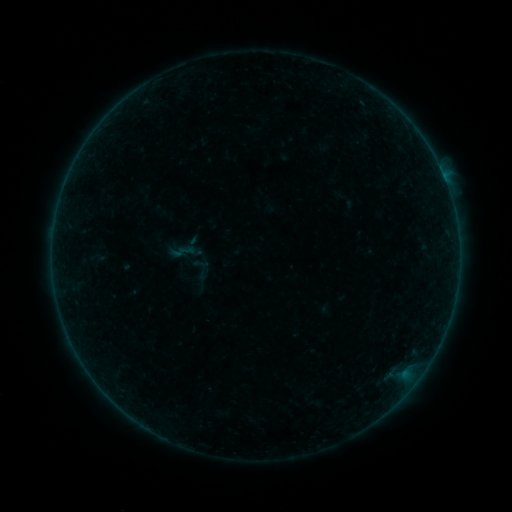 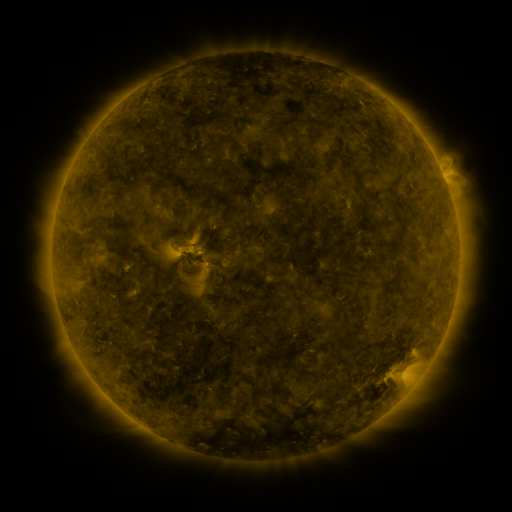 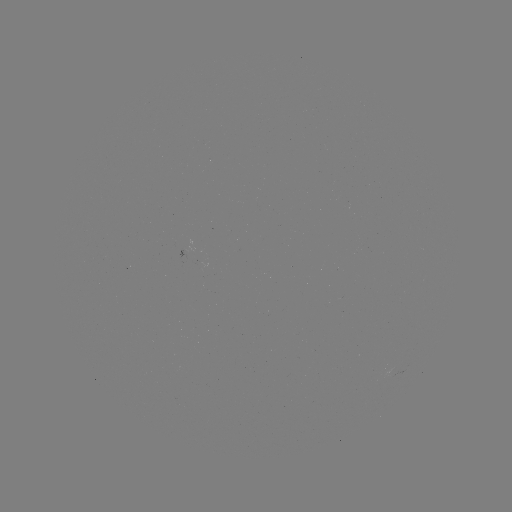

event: sigmoid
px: (186, 251)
